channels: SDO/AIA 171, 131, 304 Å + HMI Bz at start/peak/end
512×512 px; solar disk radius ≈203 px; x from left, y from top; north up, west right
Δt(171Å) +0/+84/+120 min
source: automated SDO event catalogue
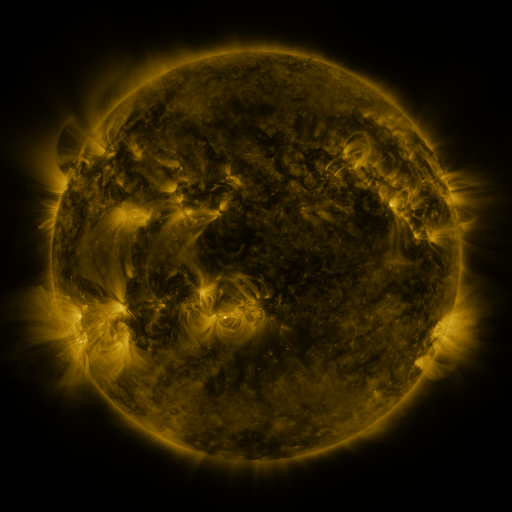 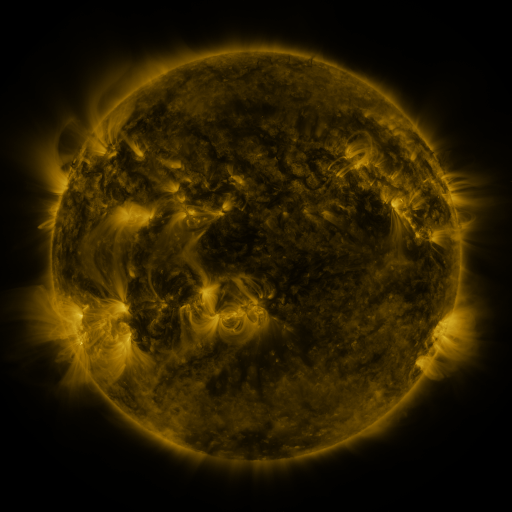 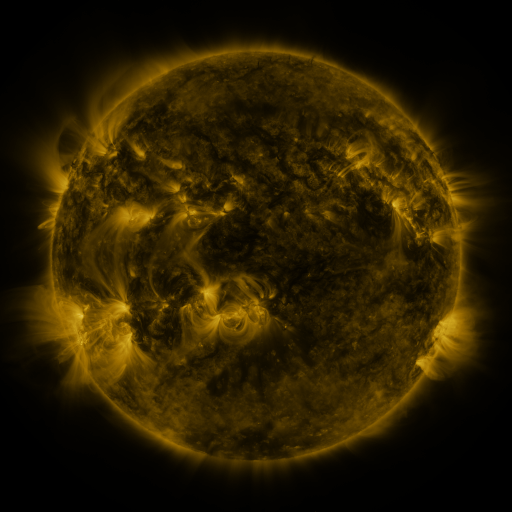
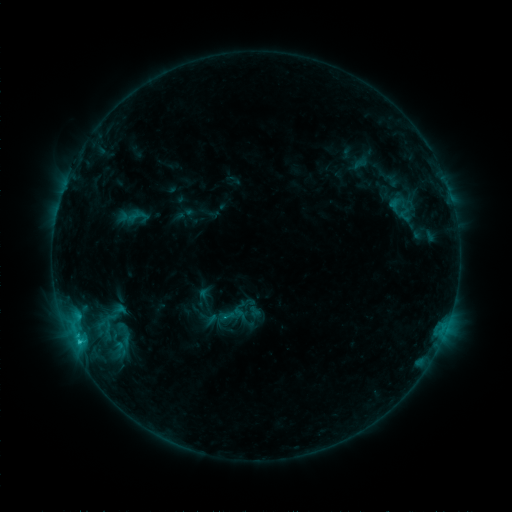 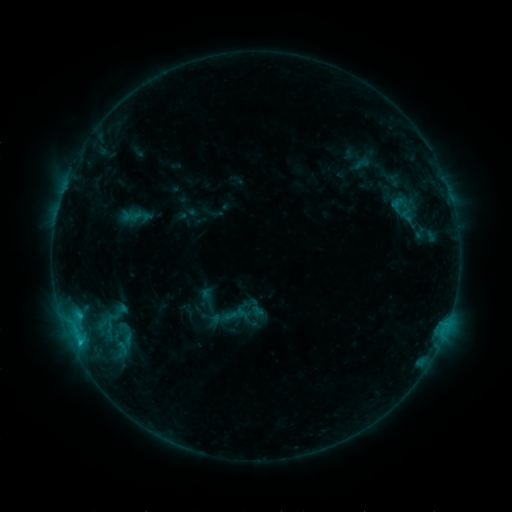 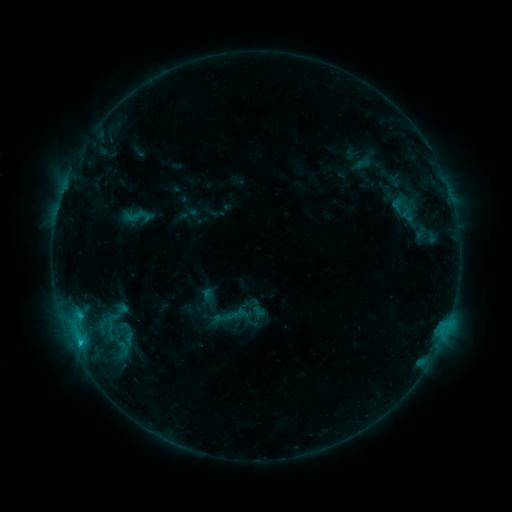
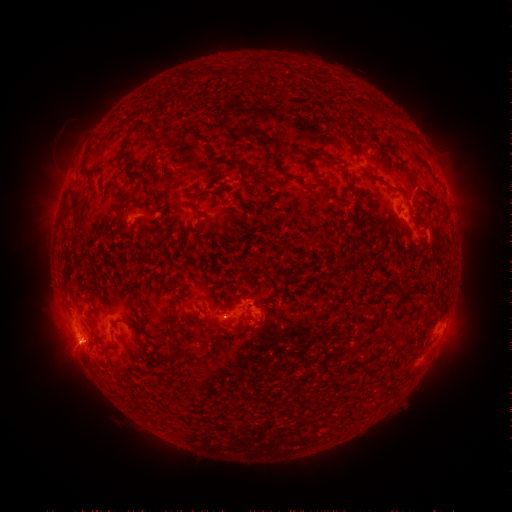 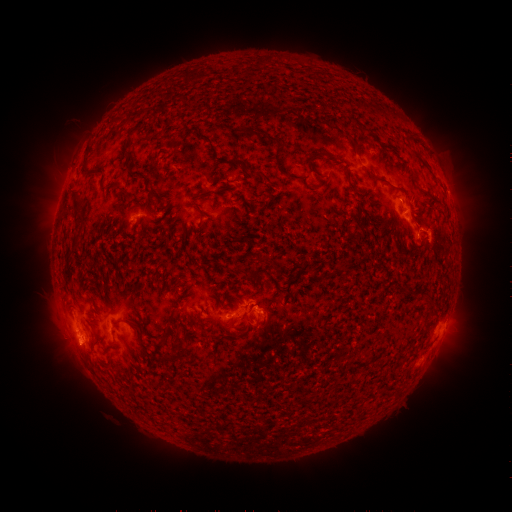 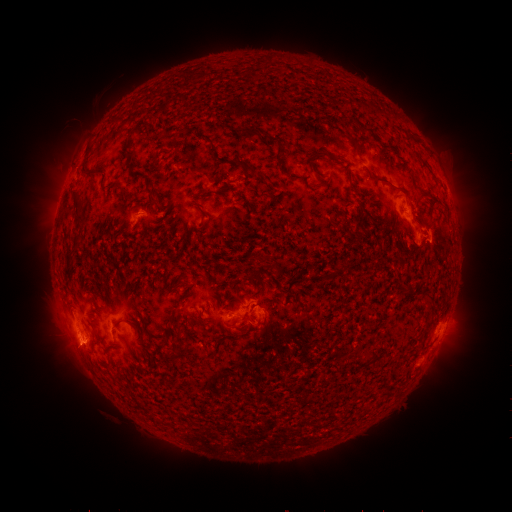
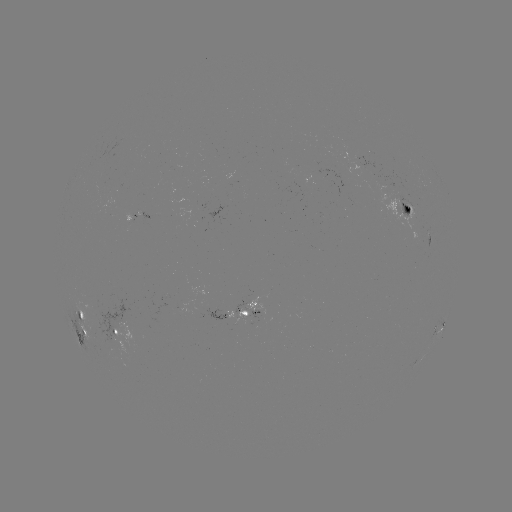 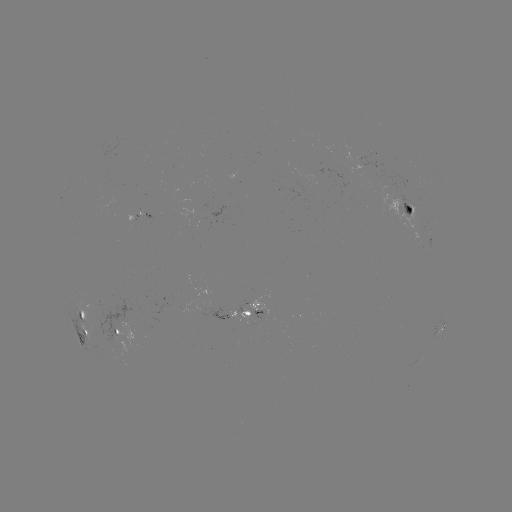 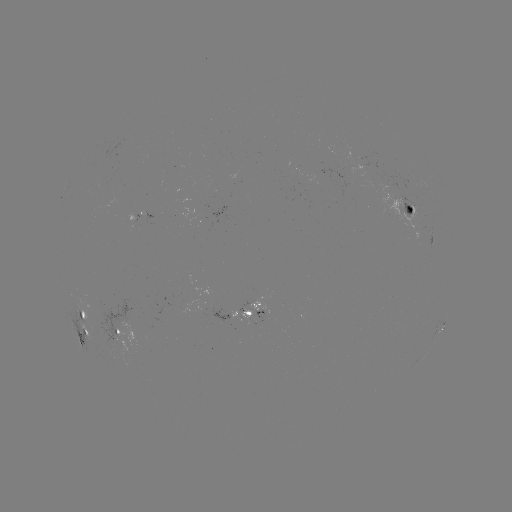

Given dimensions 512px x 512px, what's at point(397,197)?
emerging-flux region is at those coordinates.